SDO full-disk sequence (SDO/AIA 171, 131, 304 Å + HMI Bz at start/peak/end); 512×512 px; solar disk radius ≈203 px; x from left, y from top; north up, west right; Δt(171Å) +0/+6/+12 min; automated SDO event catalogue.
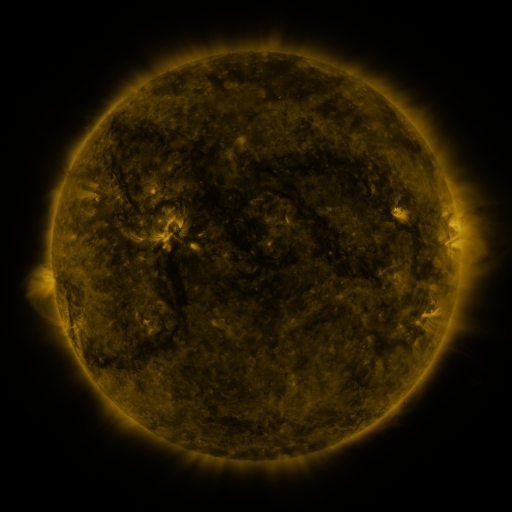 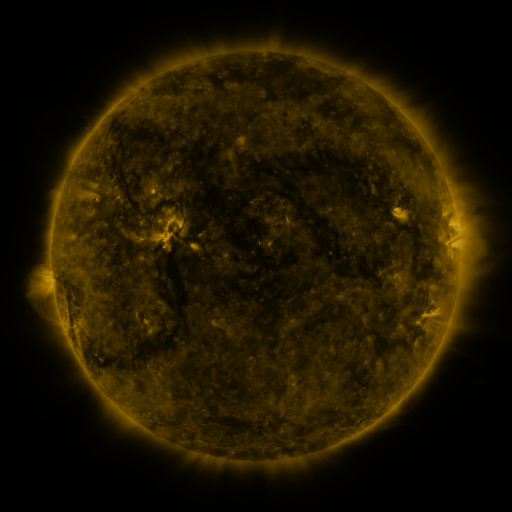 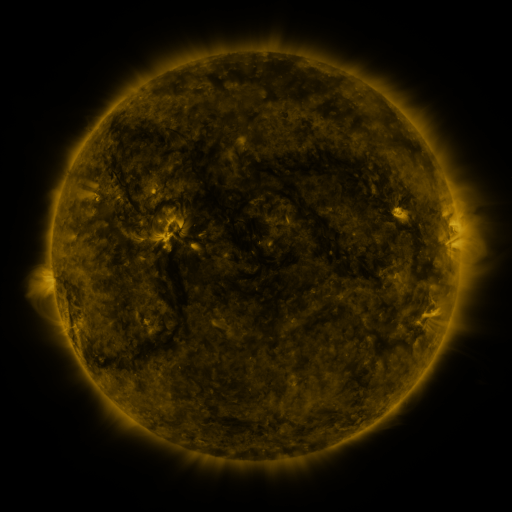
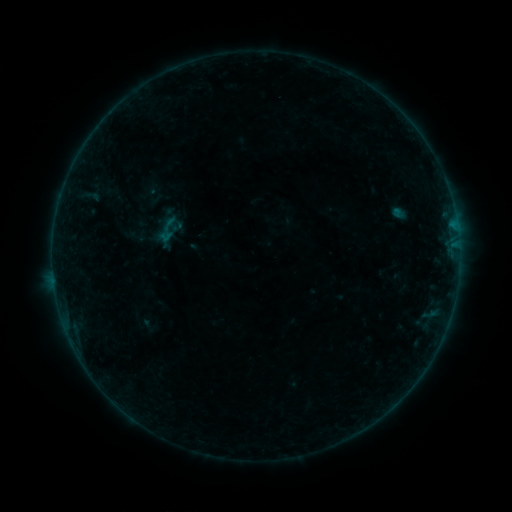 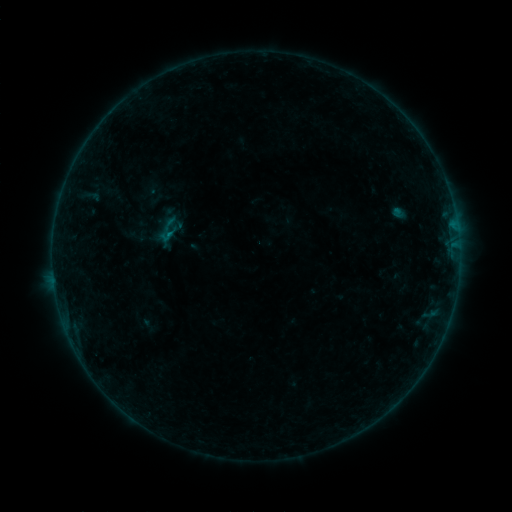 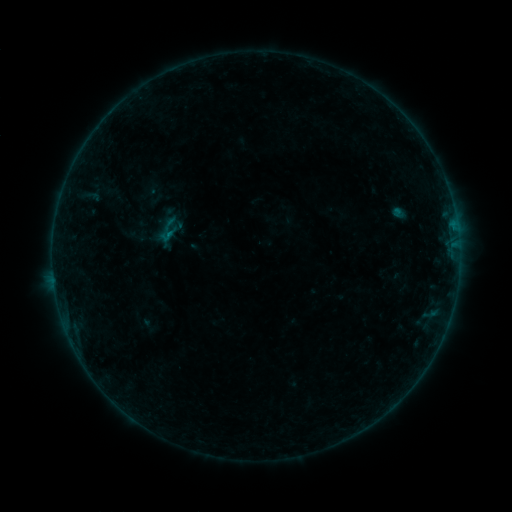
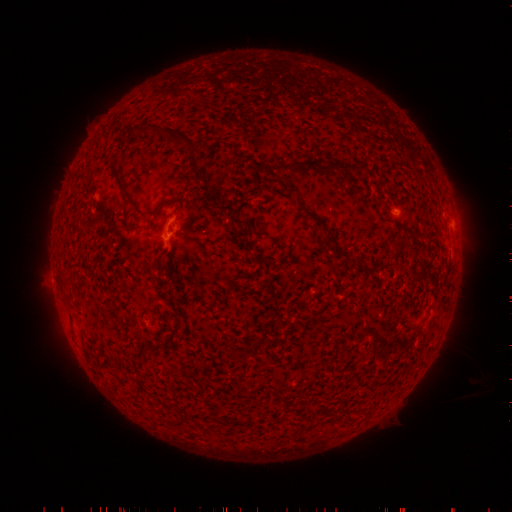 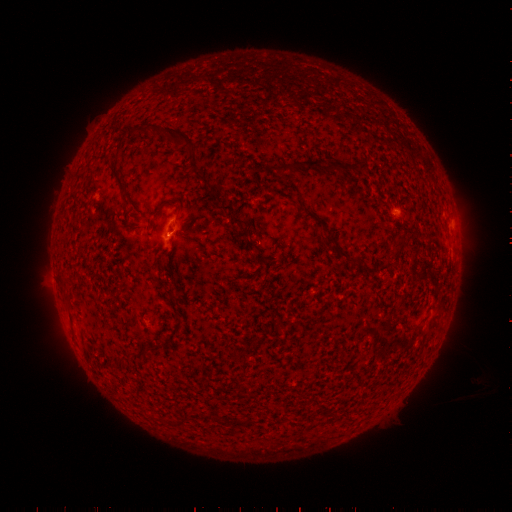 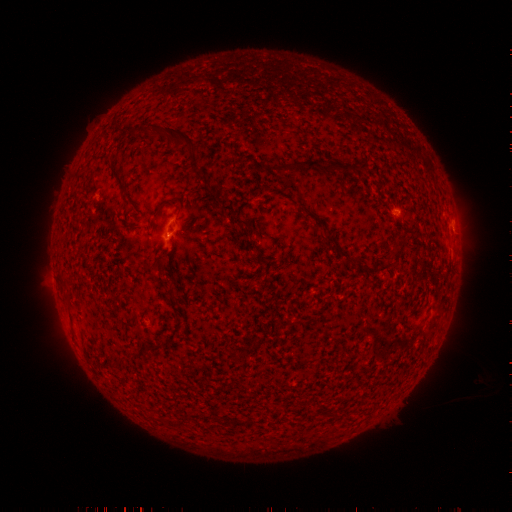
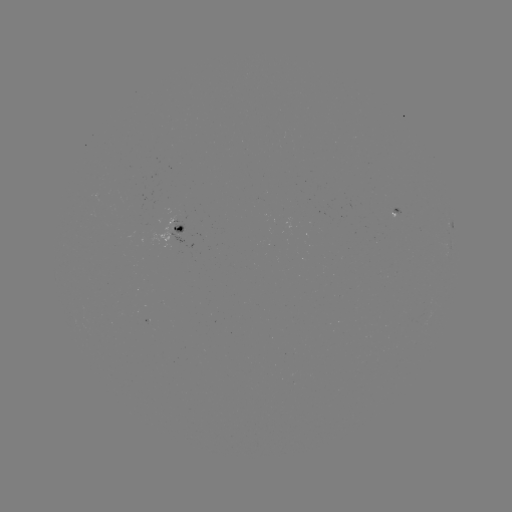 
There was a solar flare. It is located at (170, 235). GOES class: B3.1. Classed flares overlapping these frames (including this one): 1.